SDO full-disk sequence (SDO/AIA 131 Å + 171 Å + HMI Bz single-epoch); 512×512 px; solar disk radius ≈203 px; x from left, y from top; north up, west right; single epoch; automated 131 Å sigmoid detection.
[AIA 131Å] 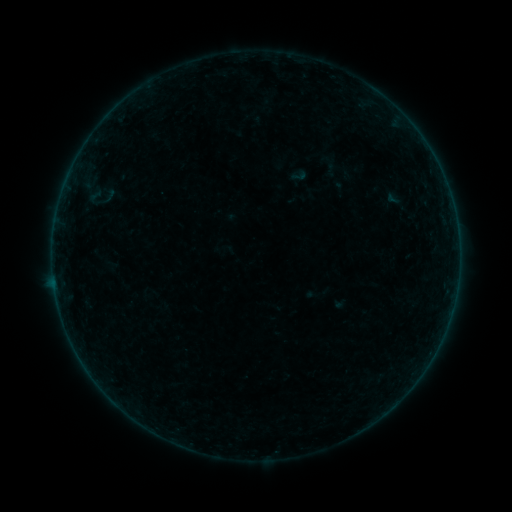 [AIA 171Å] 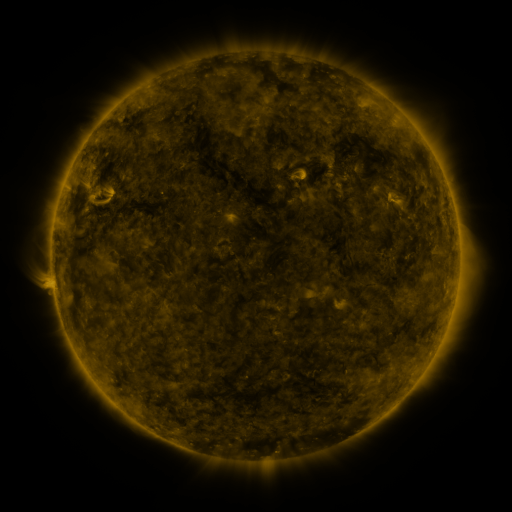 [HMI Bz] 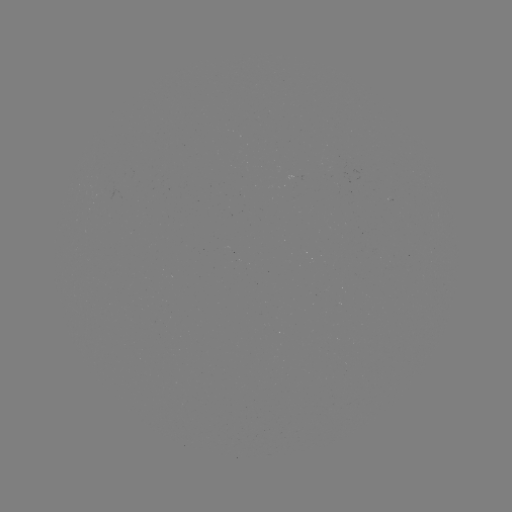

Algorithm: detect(sigmoid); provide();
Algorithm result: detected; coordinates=[299, 175]